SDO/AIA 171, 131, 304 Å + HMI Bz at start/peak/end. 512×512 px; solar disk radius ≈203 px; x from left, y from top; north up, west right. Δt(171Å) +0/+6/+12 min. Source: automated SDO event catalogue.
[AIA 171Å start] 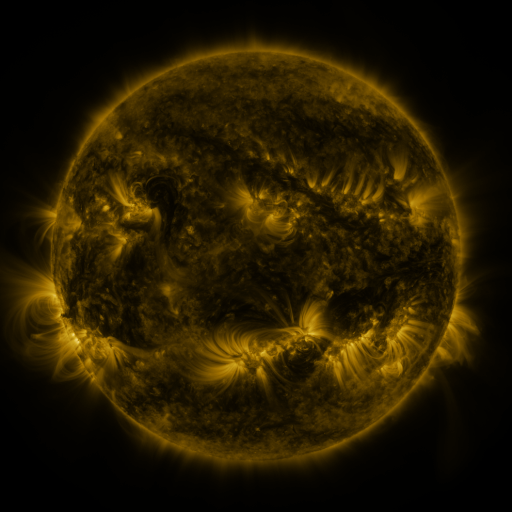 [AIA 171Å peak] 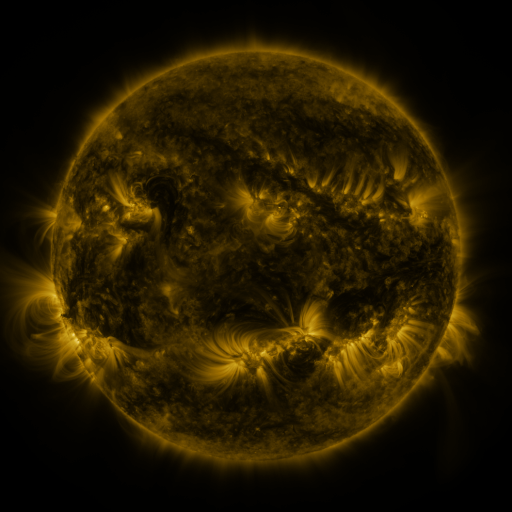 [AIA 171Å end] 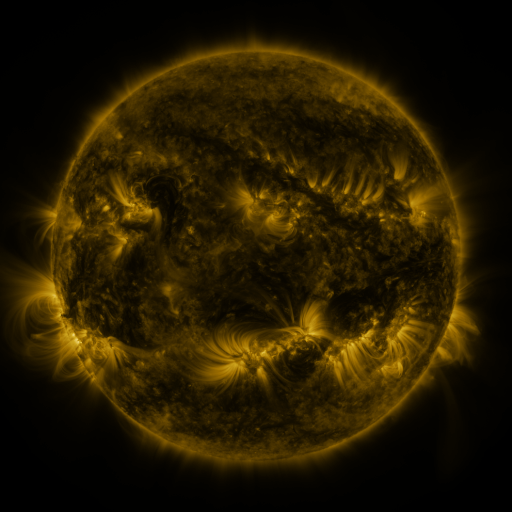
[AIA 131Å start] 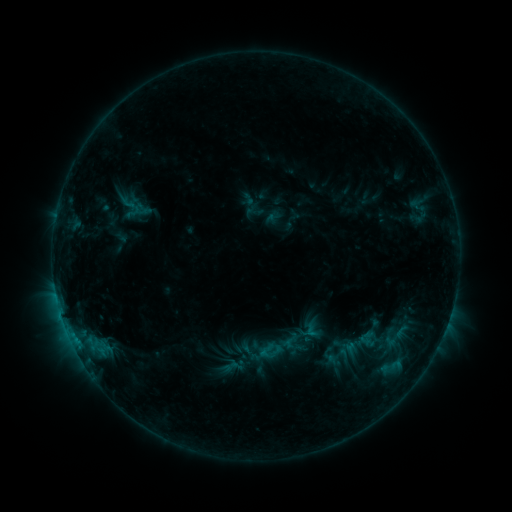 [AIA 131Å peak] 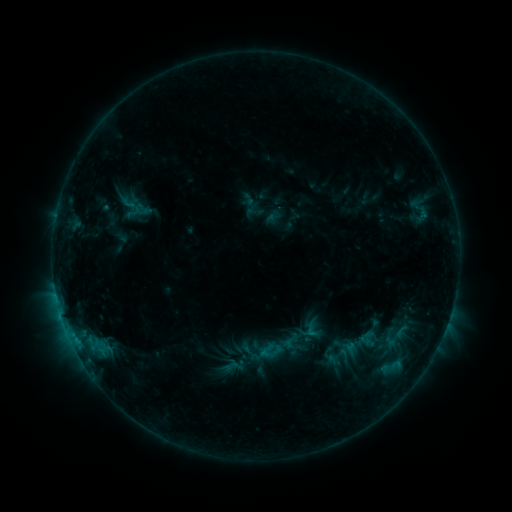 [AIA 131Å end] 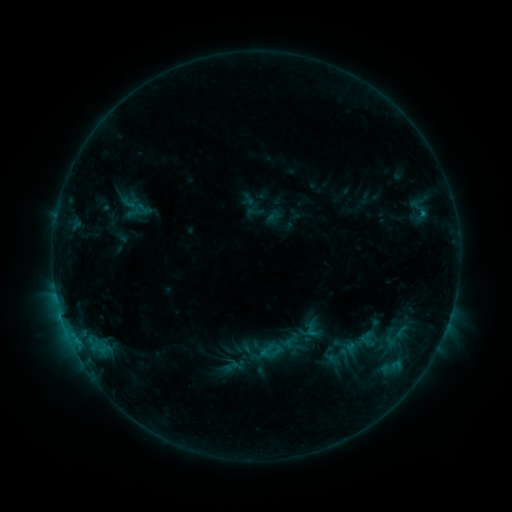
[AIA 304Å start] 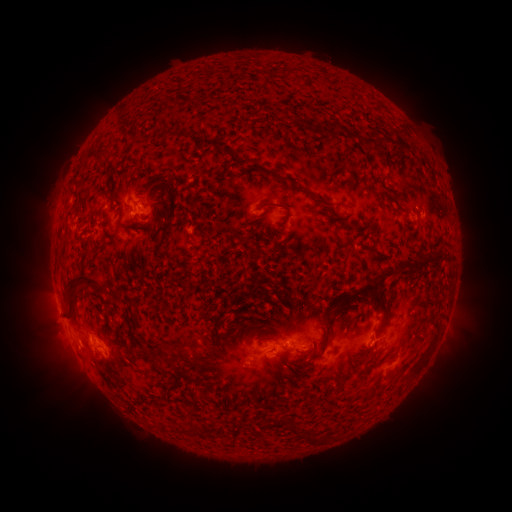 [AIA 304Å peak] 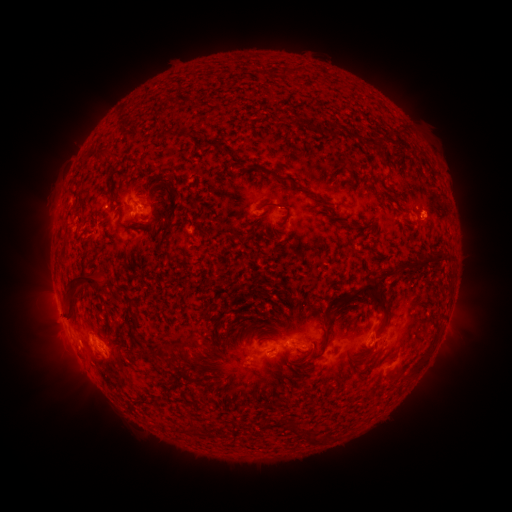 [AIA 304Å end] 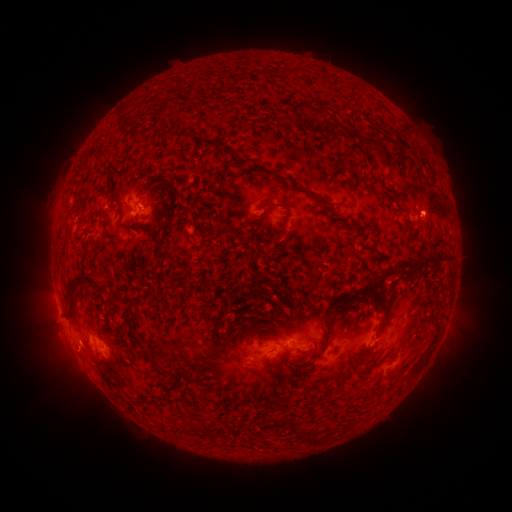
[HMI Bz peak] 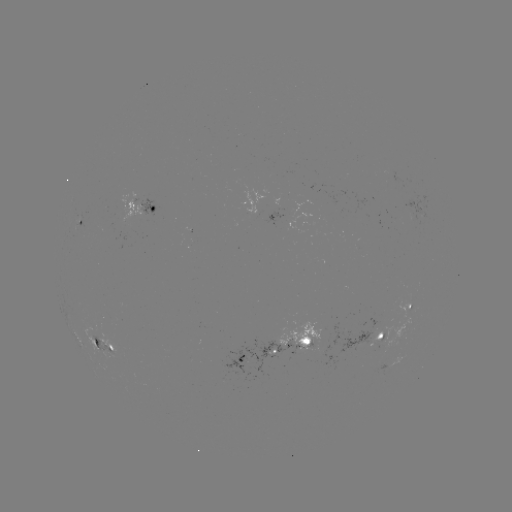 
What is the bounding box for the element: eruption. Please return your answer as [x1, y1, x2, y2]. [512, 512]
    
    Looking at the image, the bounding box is [409, 186, 459, 234].